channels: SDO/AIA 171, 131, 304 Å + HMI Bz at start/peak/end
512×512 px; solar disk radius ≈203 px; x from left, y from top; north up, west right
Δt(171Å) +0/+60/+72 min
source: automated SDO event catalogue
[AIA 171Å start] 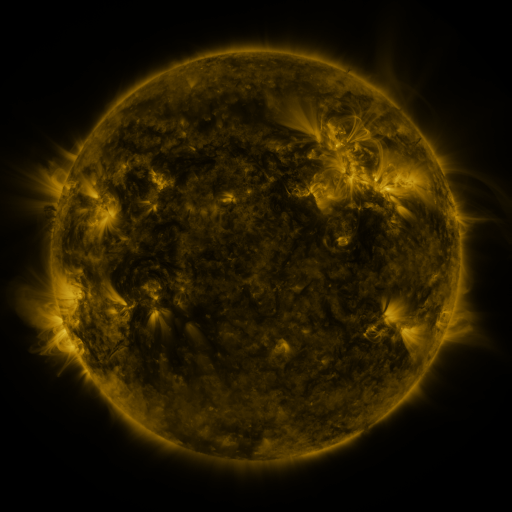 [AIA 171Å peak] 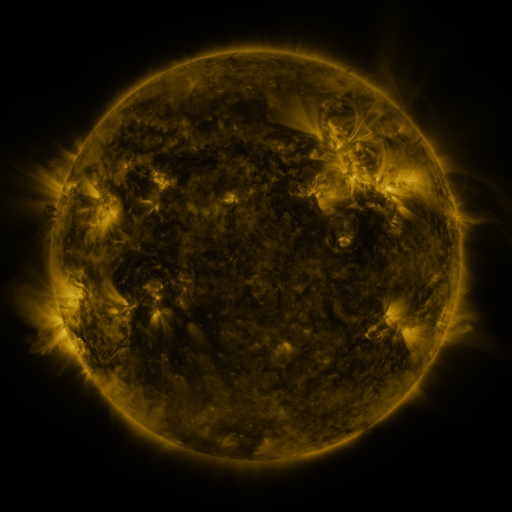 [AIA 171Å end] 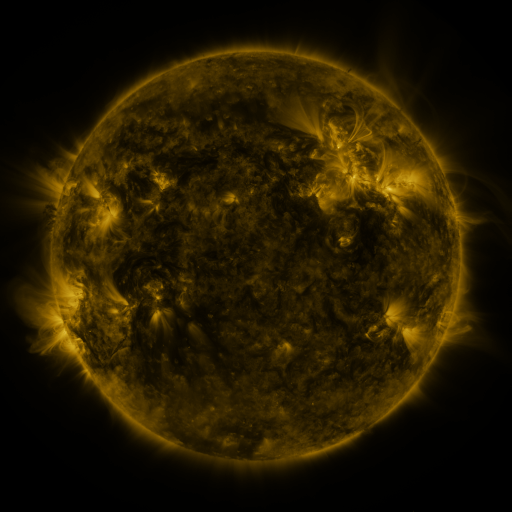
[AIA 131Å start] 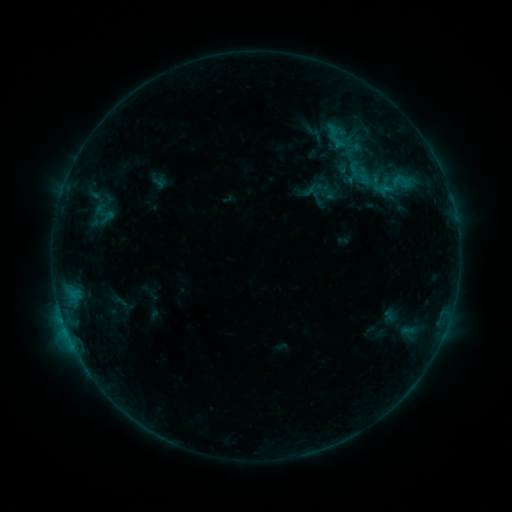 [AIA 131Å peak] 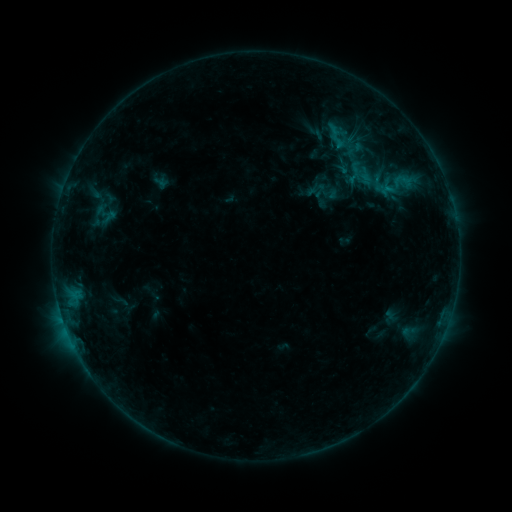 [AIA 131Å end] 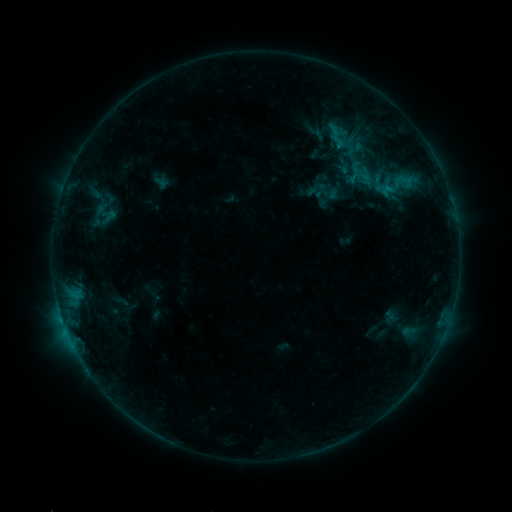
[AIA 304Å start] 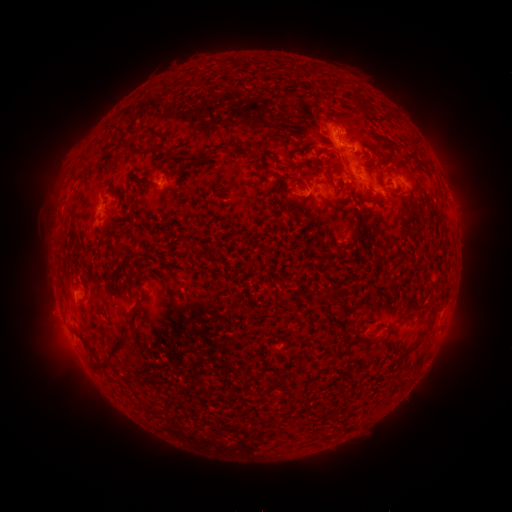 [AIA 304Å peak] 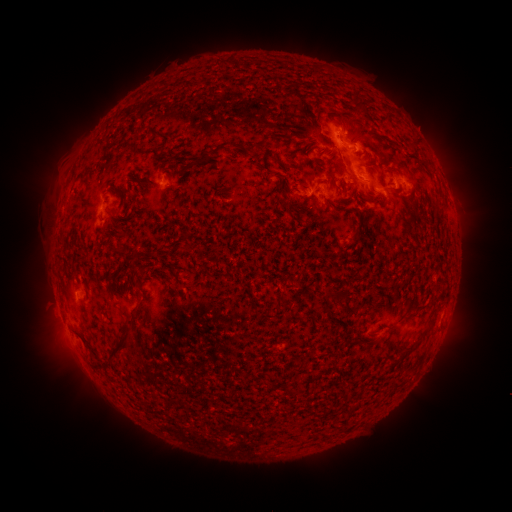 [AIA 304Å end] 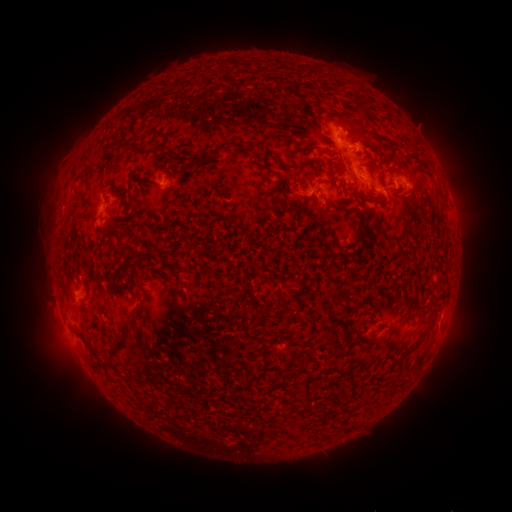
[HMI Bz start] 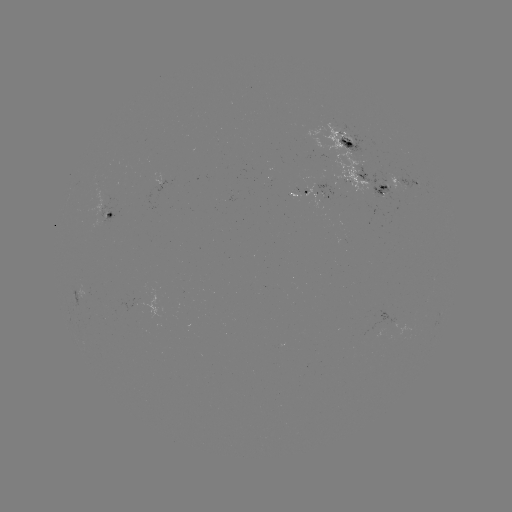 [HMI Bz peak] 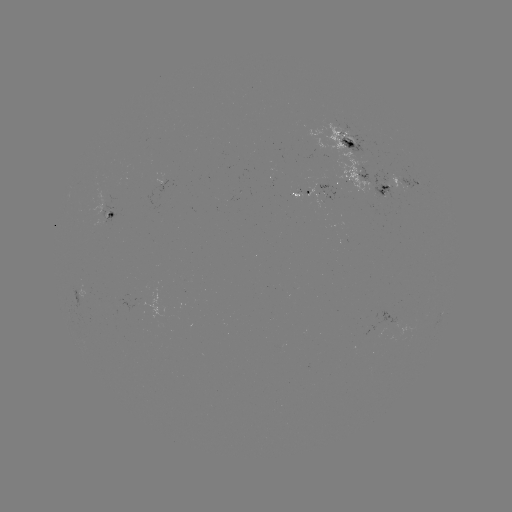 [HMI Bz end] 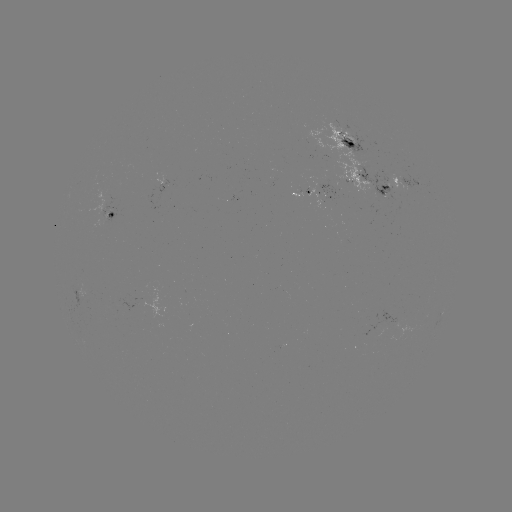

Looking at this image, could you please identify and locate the emerging-flux region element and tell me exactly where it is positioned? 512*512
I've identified emerging-flux region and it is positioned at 342,144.